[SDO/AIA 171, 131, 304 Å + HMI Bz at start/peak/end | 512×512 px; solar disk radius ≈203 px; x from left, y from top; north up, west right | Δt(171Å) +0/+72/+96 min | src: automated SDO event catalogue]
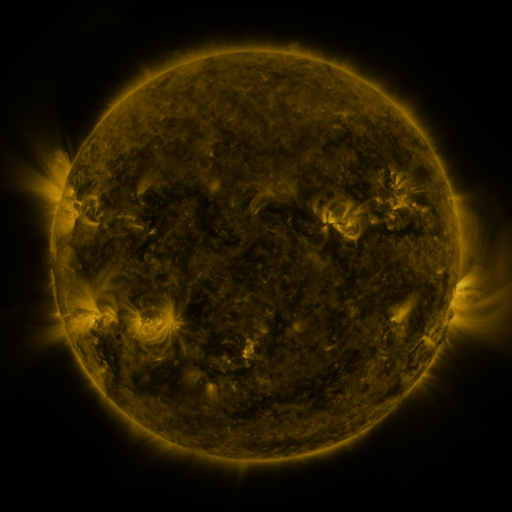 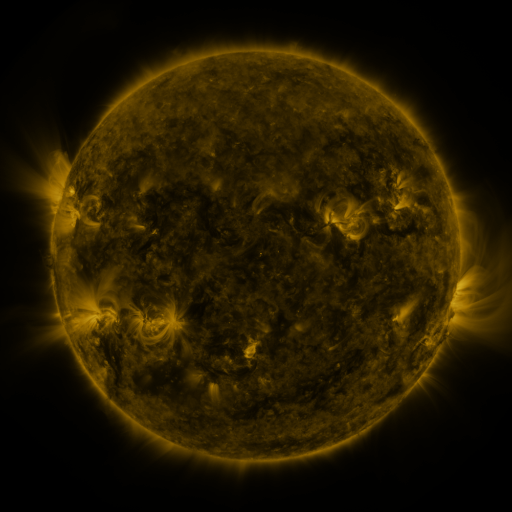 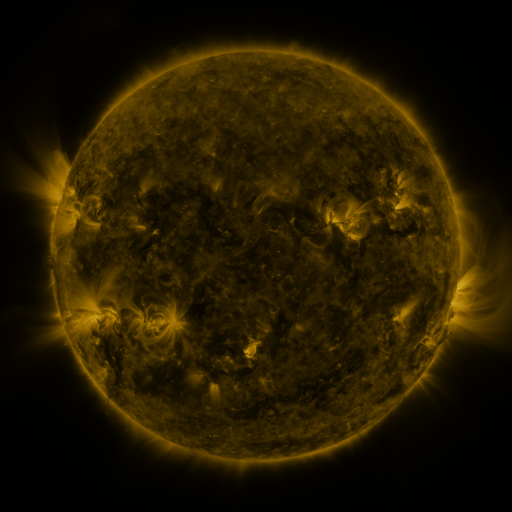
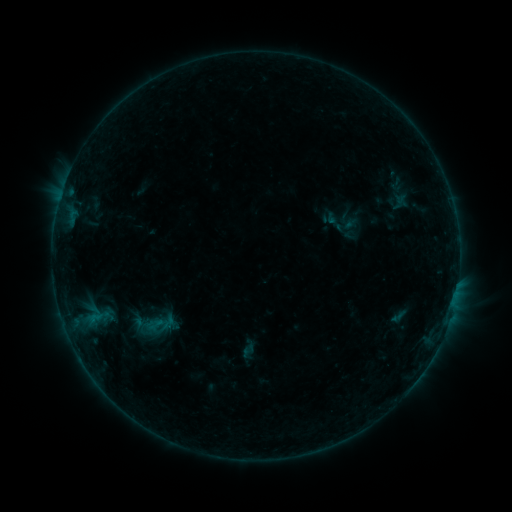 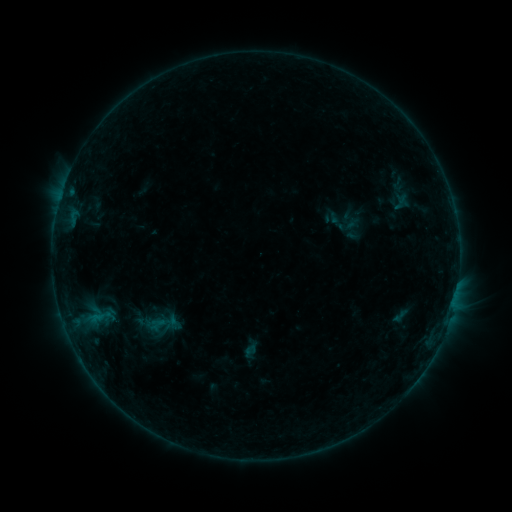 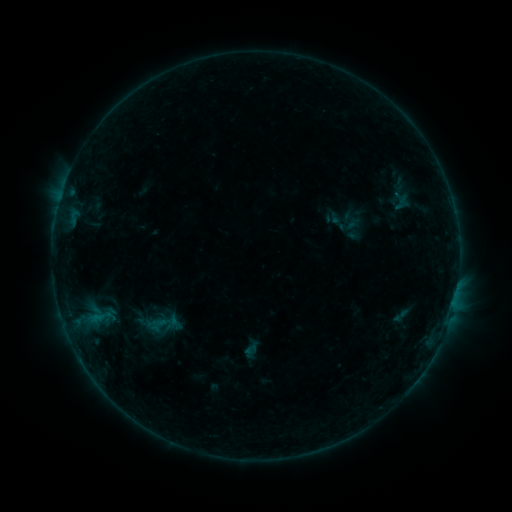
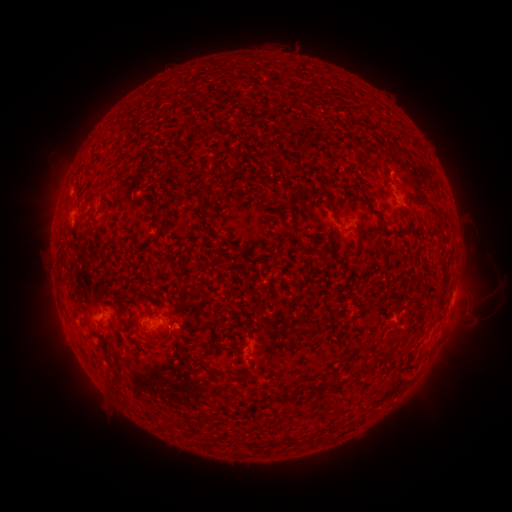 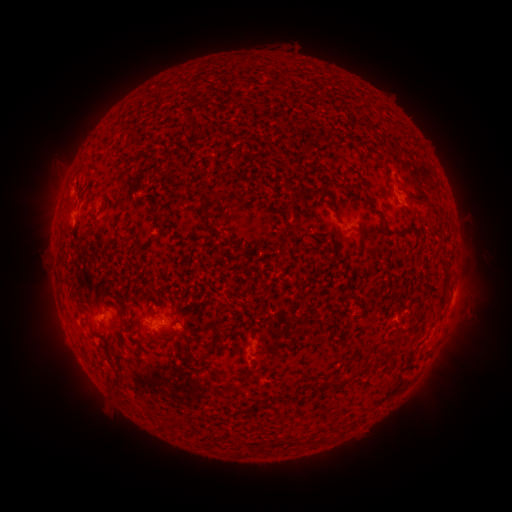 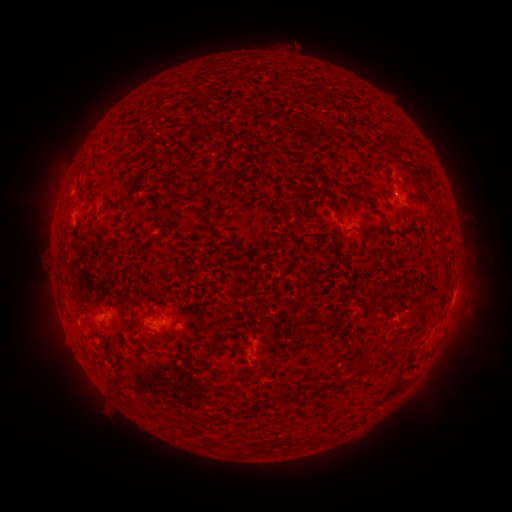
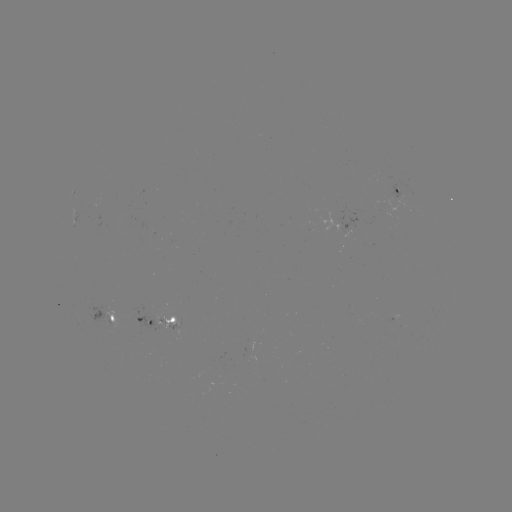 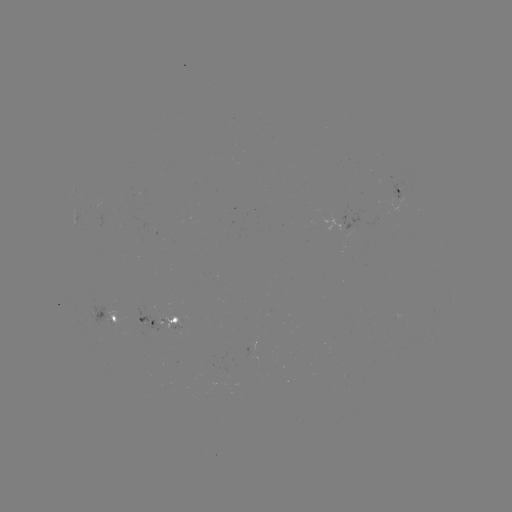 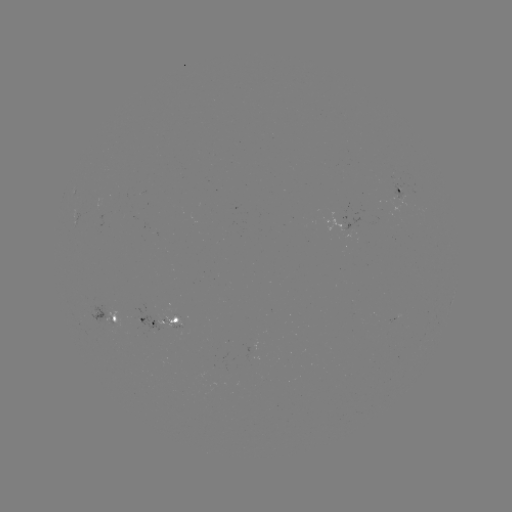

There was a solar emerging-flux region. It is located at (406, 194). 